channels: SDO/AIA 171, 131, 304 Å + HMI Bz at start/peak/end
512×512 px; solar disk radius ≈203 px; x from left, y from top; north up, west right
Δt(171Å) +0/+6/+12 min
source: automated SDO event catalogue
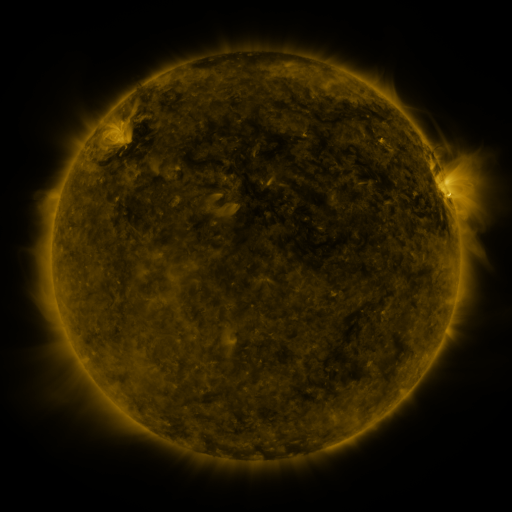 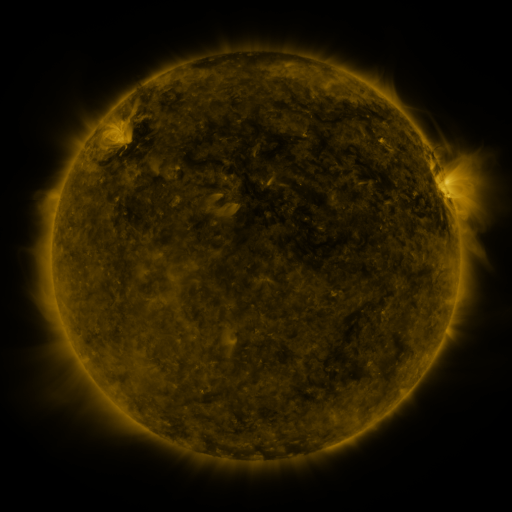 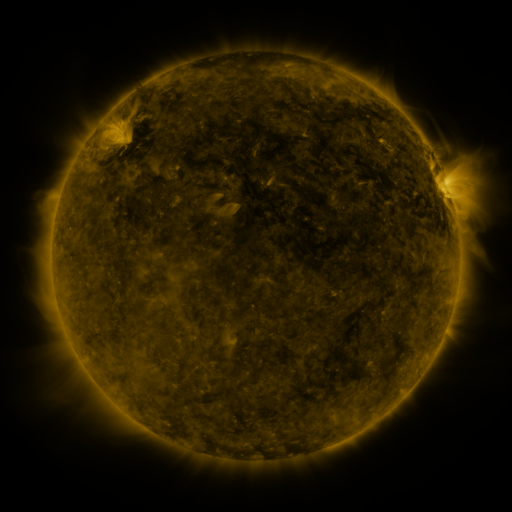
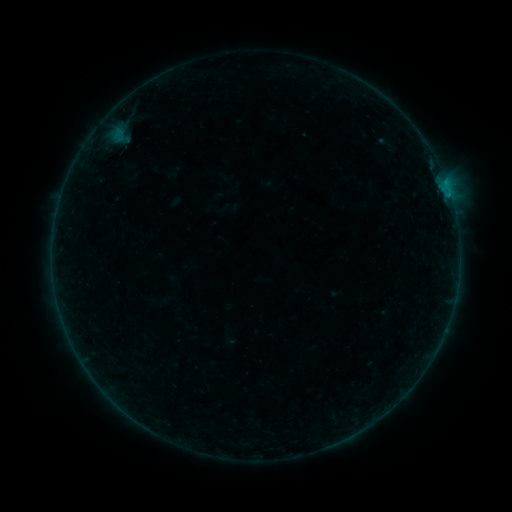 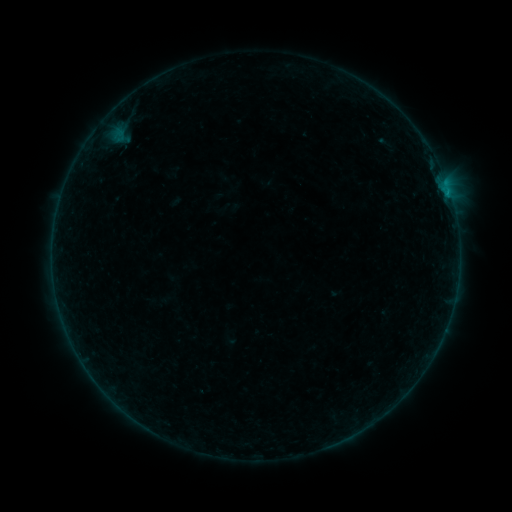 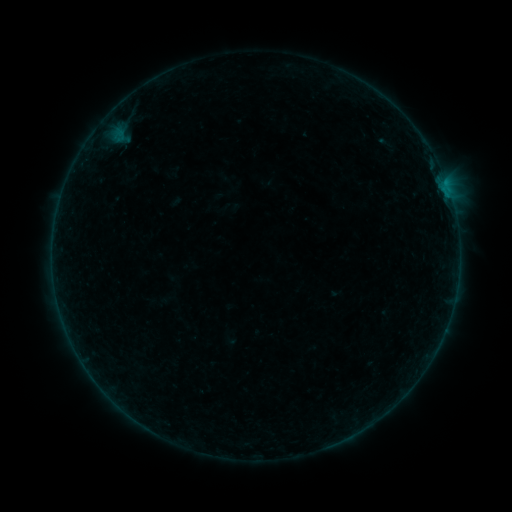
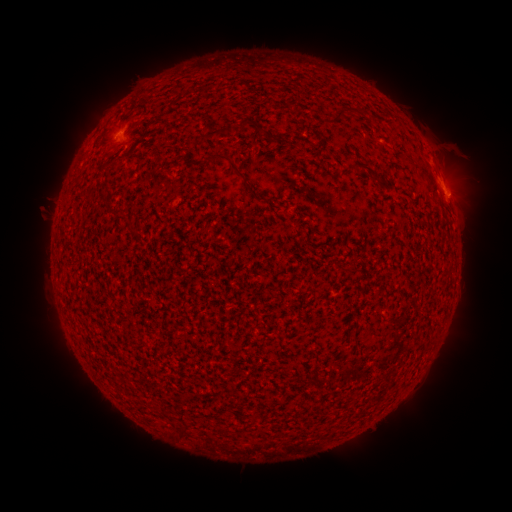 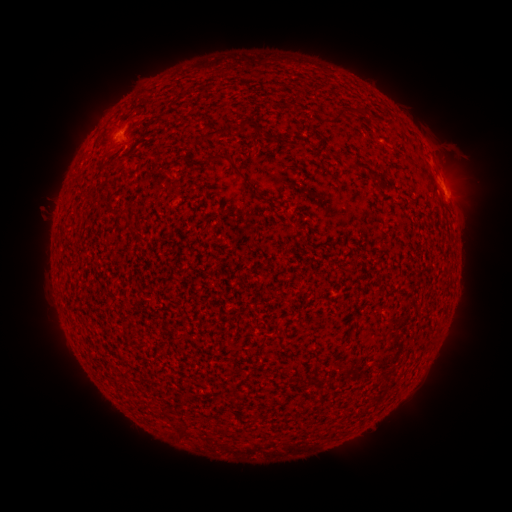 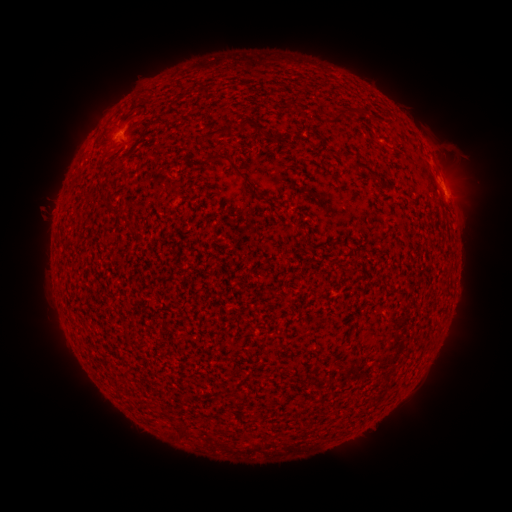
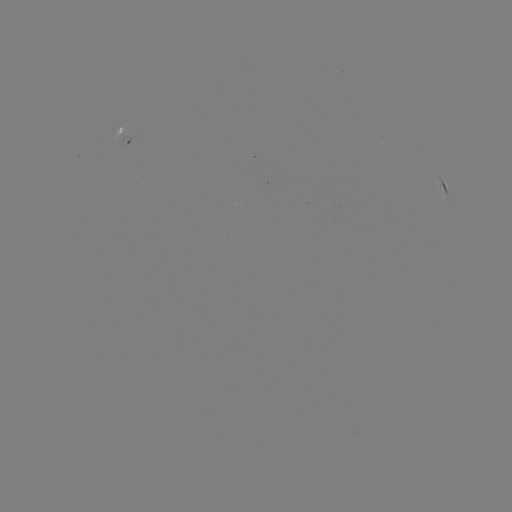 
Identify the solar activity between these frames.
B1.7 flare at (445, 192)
